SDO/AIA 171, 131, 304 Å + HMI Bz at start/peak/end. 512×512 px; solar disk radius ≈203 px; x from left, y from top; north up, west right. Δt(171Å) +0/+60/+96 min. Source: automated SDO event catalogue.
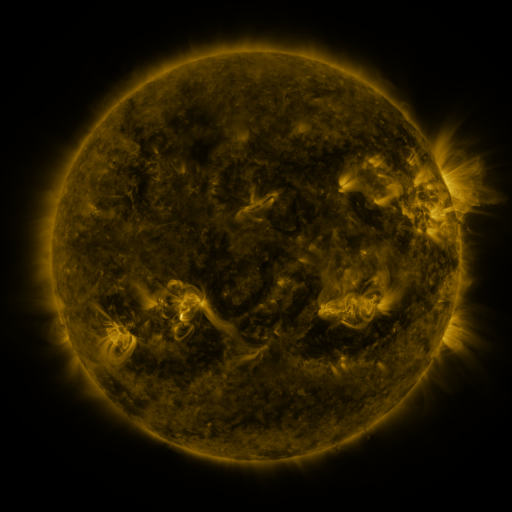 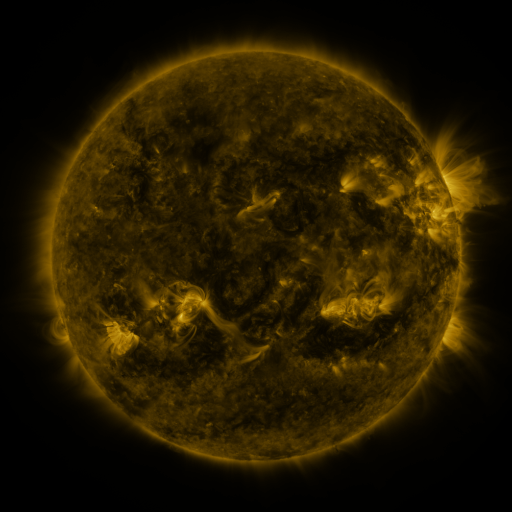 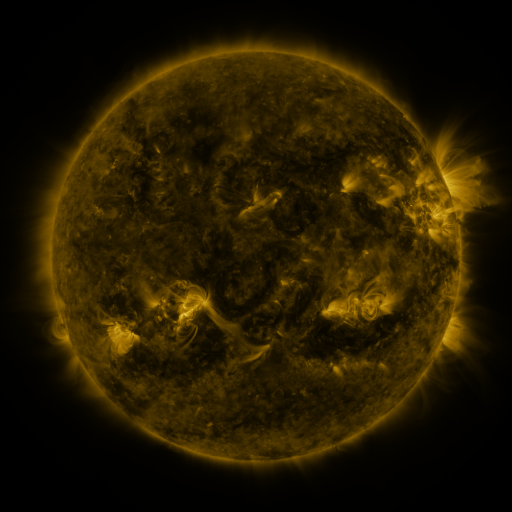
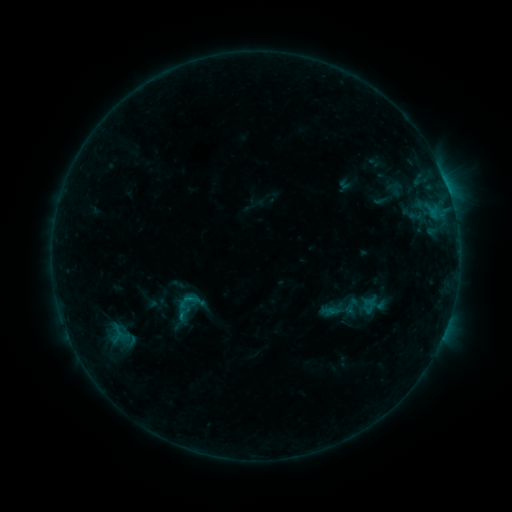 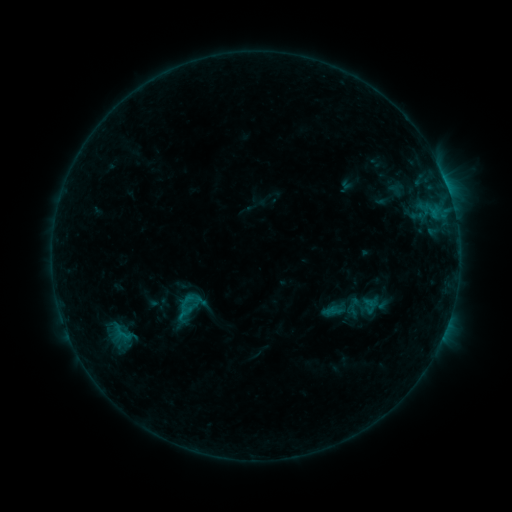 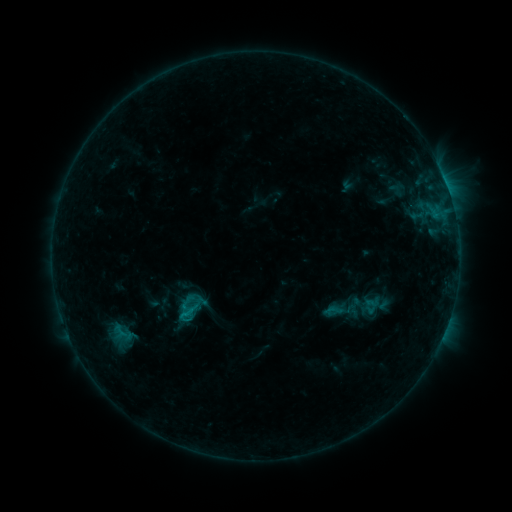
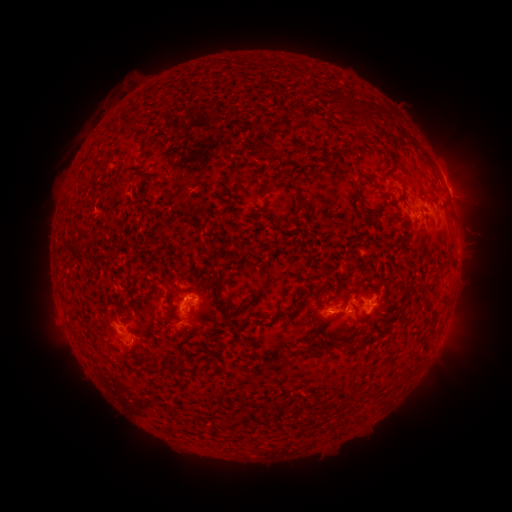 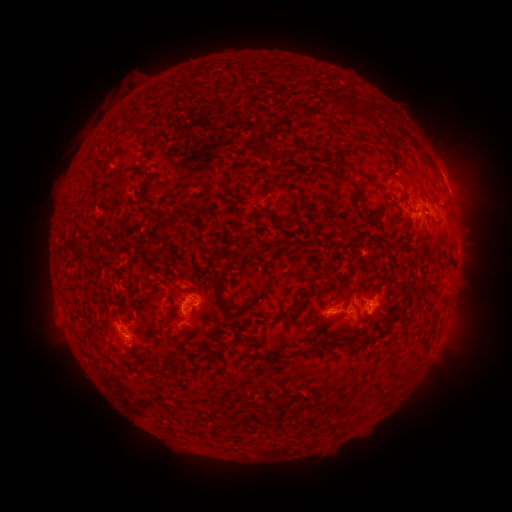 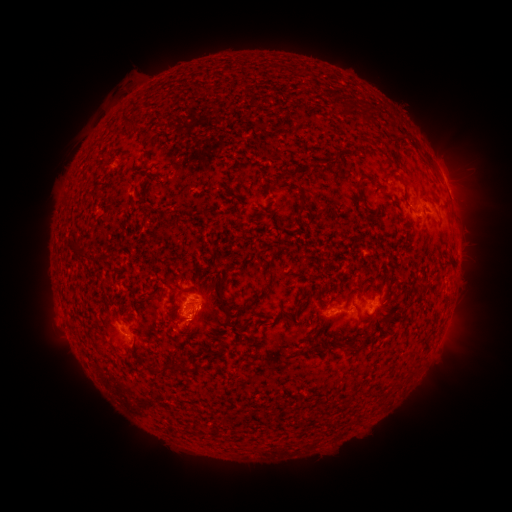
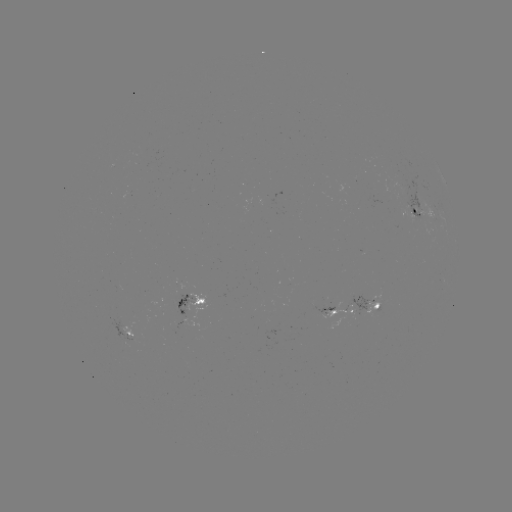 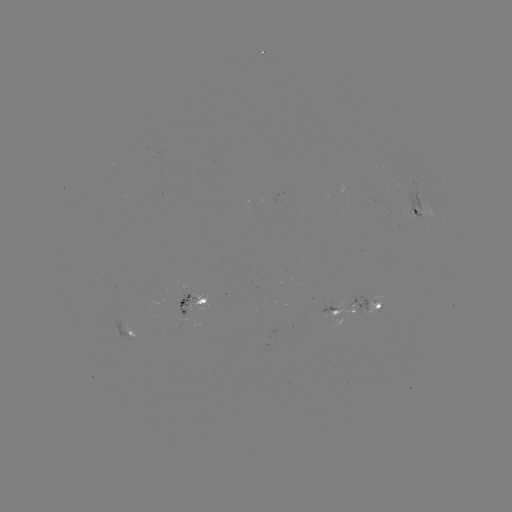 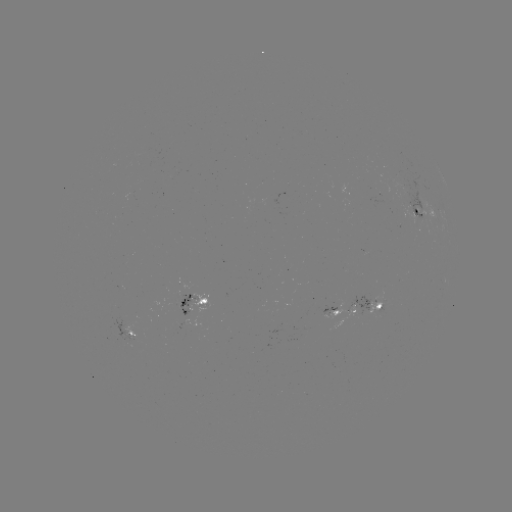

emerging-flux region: [103, 319, 140, 344]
